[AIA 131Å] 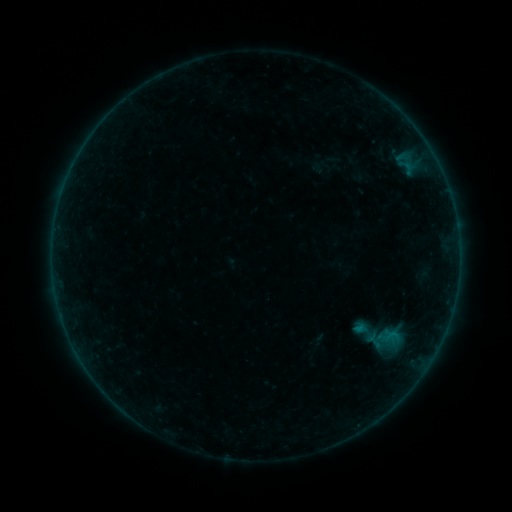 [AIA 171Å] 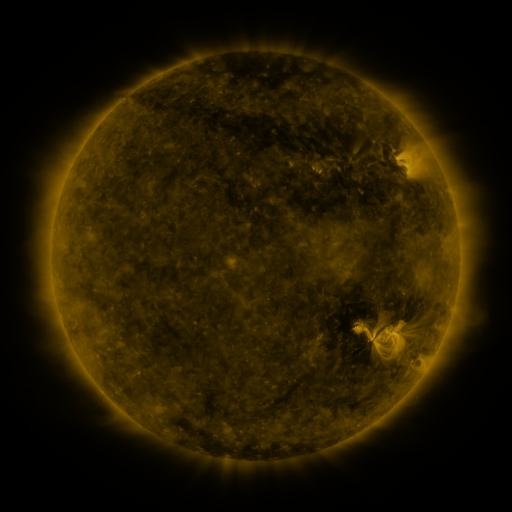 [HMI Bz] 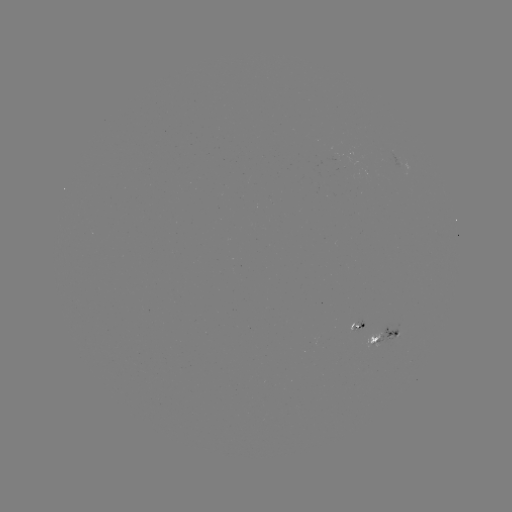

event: sigmoid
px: (366, 333)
